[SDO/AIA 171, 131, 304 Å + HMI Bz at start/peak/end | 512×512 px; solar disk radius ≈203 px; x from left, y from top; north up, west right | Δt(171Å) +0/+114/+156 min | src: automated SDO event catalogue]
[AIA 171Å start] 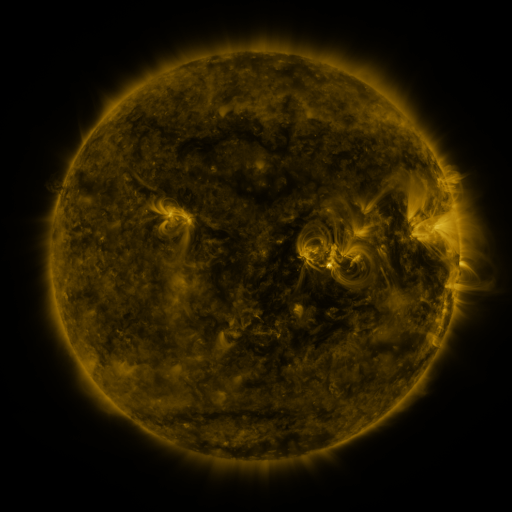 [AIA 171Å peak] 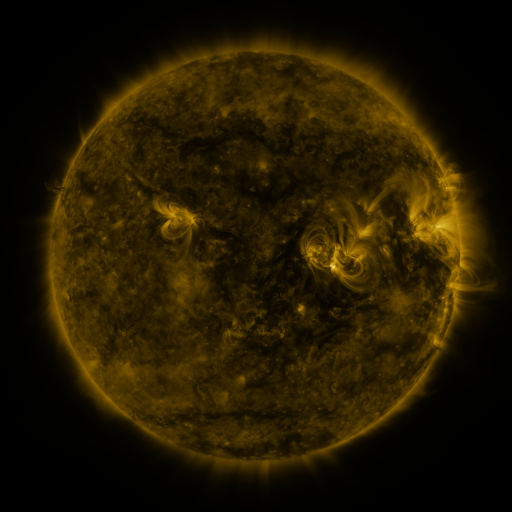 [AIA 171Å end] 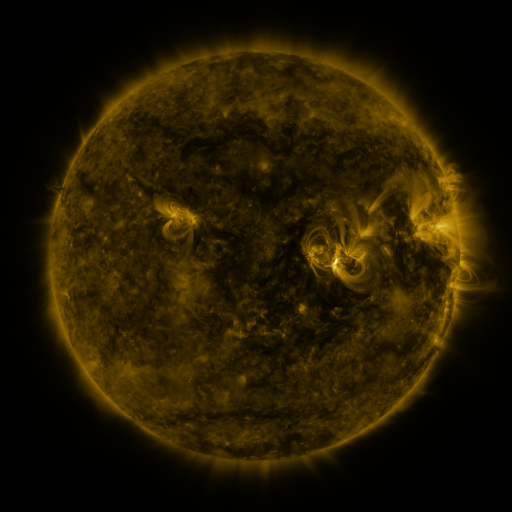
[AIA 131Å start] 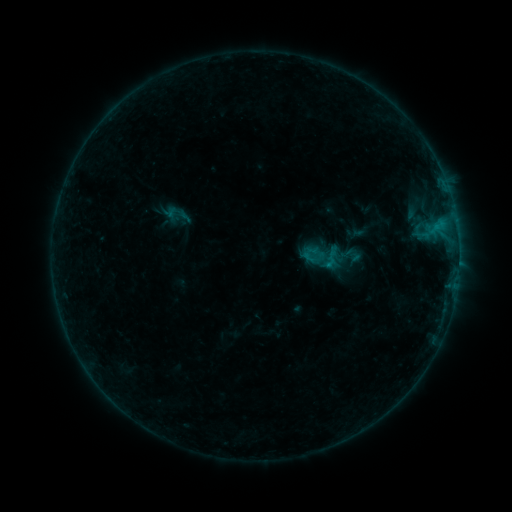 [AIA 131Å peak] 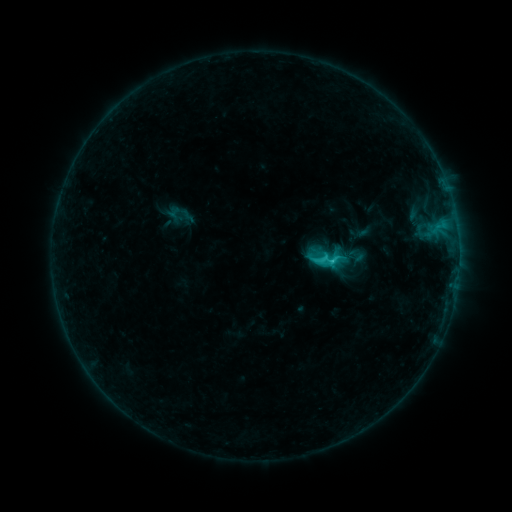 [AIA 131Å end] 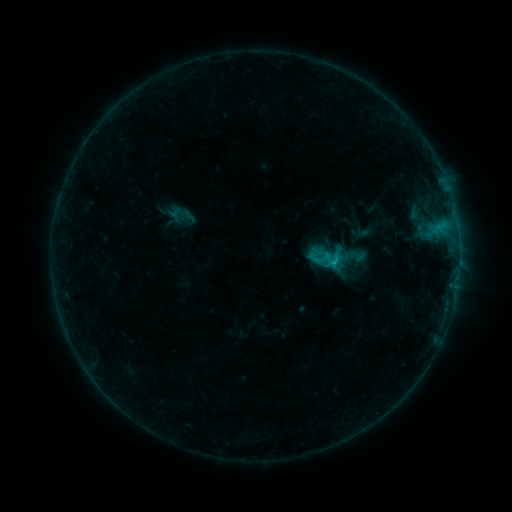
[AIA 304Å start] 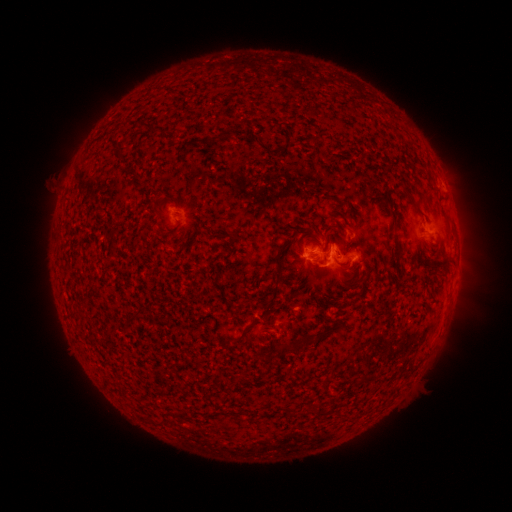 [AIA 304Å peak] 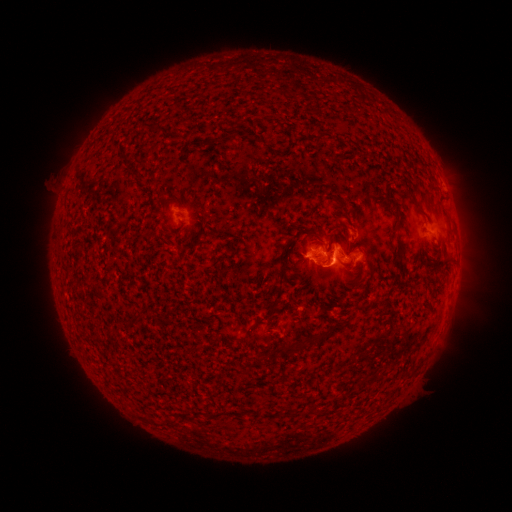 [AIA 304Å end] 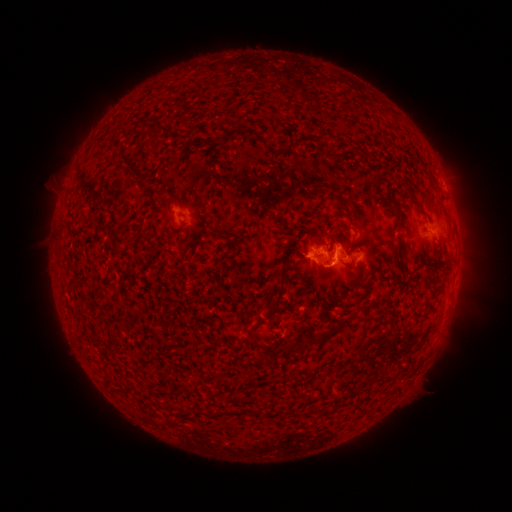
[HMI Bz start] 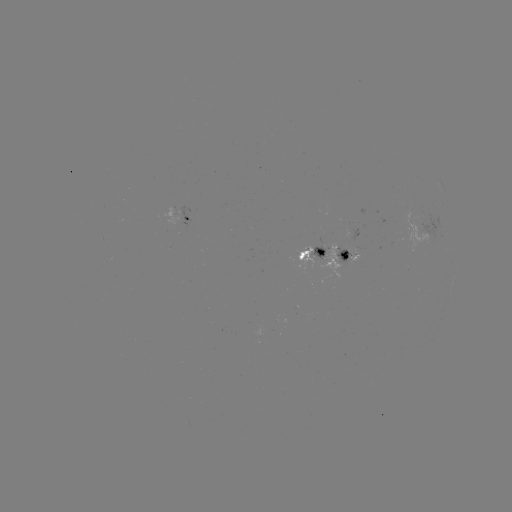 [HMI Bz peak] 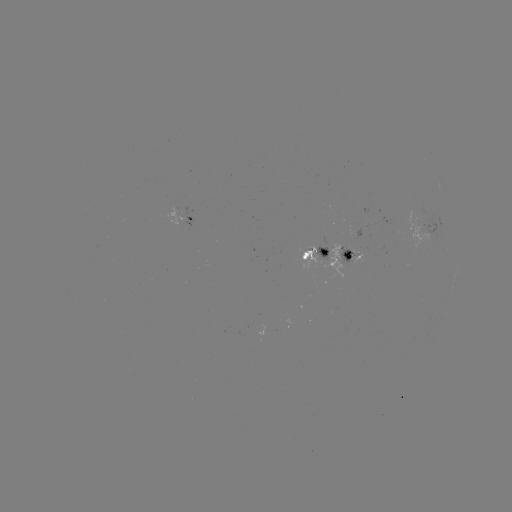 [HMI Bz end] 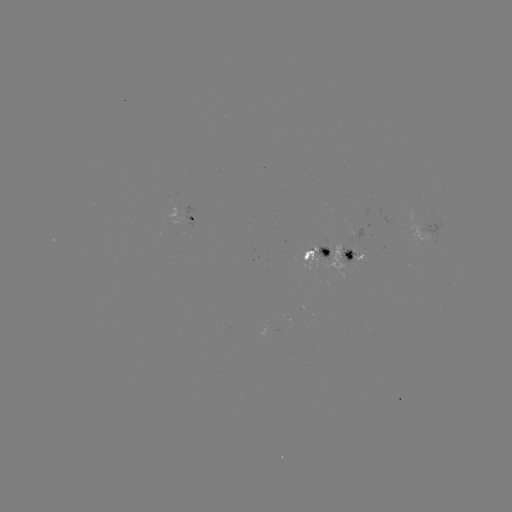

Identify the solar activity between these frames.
C2.2 flare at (332, 264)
